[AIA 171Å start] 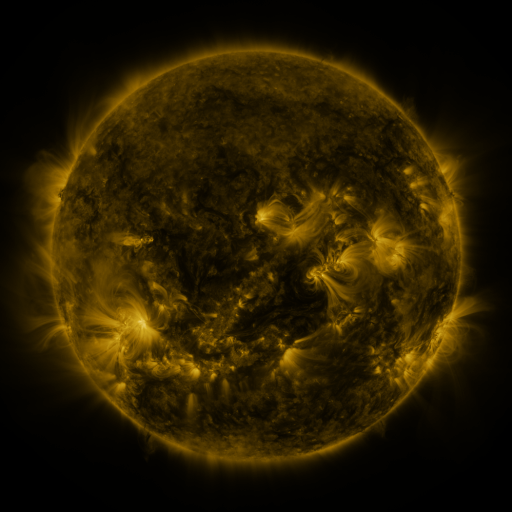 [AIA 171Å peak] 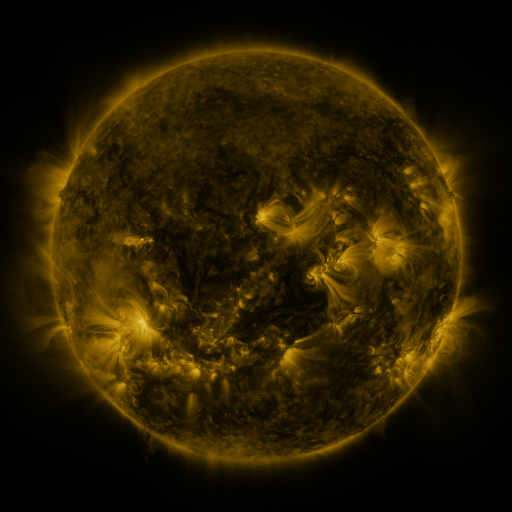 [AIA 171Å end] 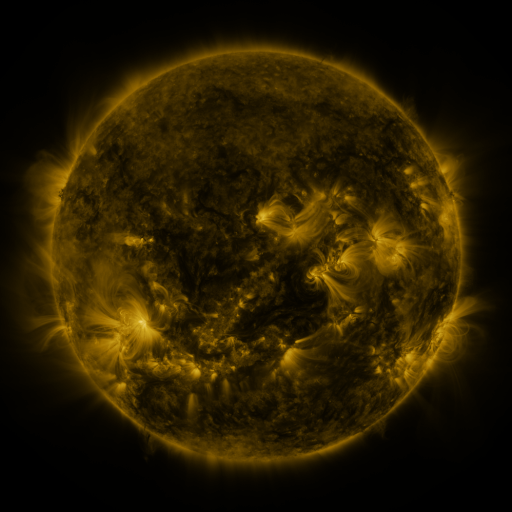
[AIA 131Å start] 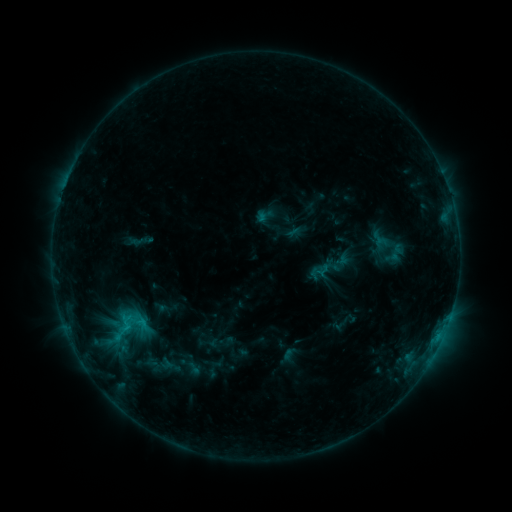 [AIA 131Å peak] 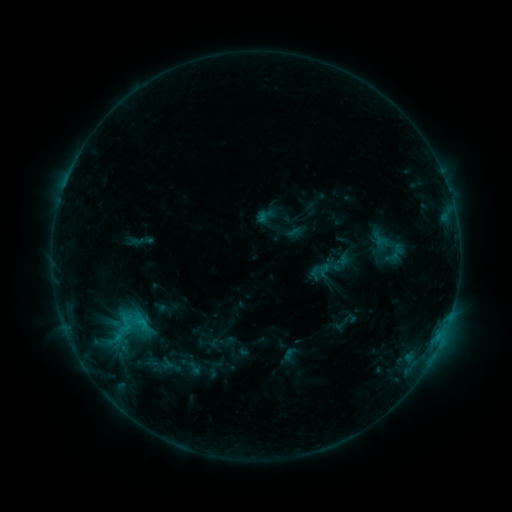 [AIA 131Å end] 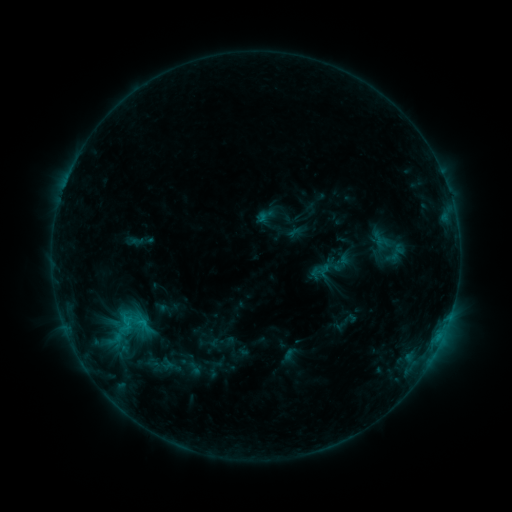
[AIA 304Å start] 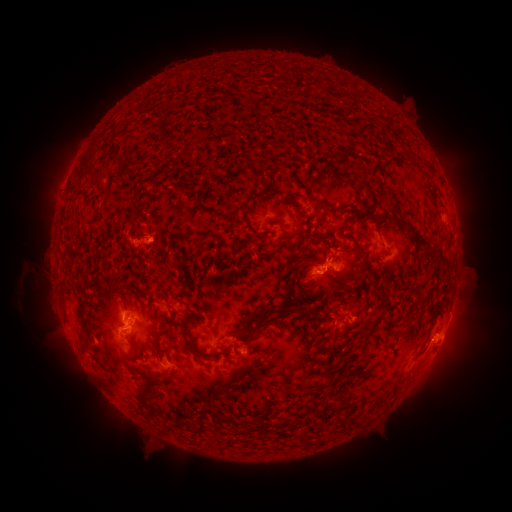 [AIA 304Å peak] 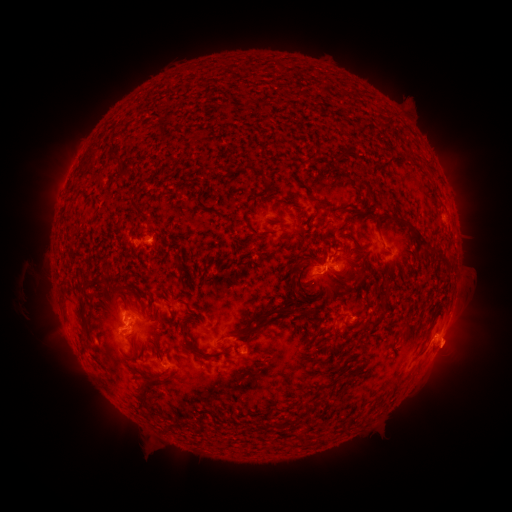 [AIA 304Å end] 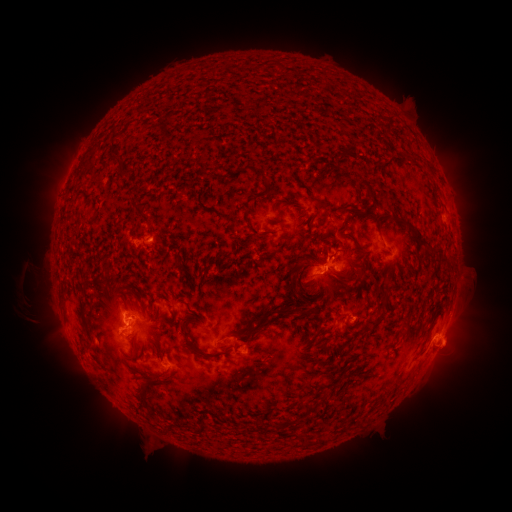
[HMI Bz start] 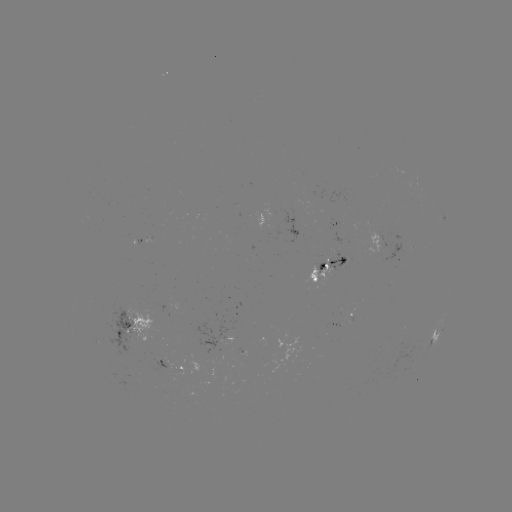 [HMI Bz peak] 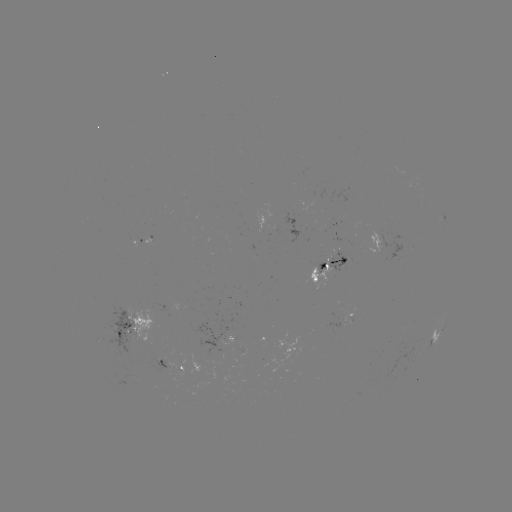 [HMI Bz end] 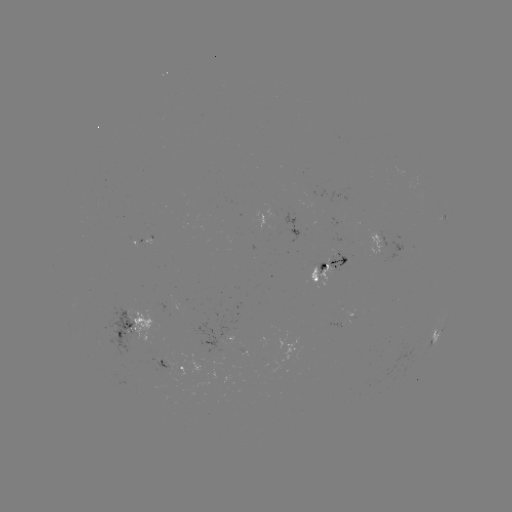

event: eruption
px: (456, 346)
